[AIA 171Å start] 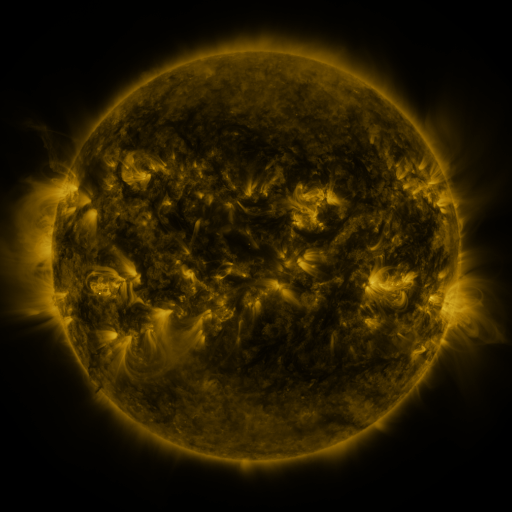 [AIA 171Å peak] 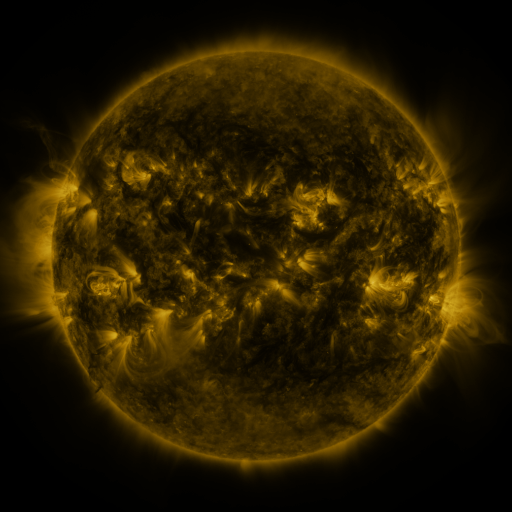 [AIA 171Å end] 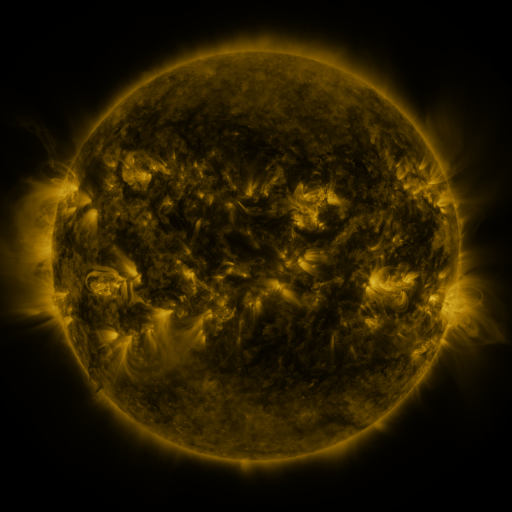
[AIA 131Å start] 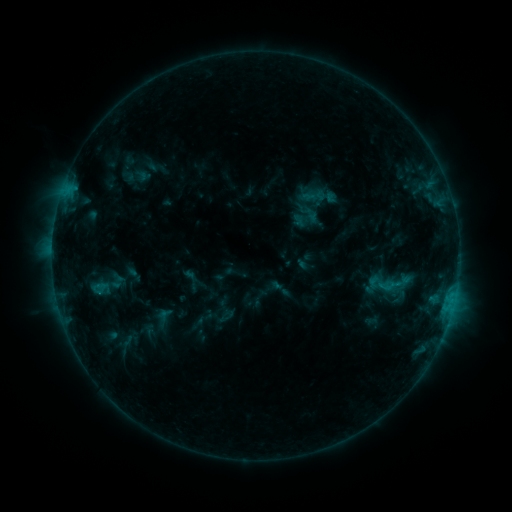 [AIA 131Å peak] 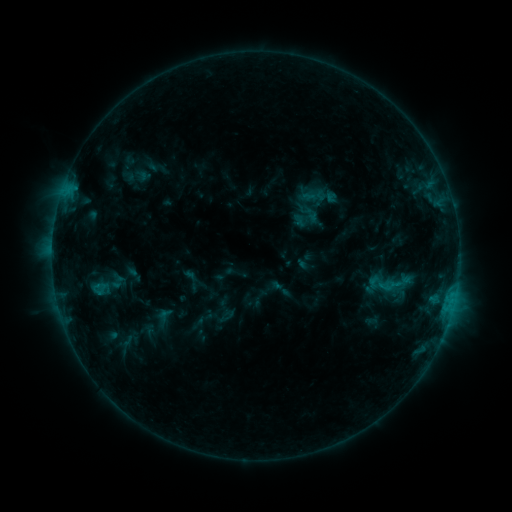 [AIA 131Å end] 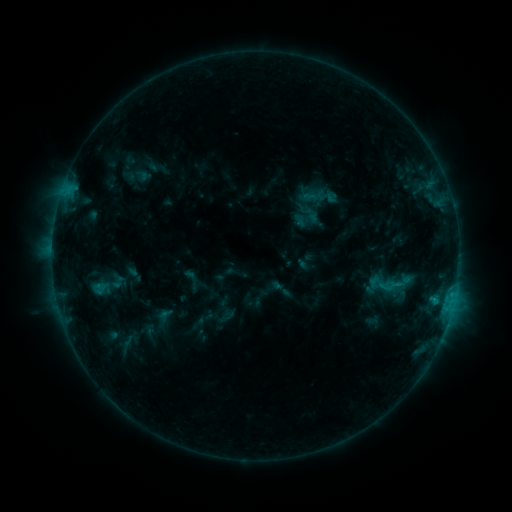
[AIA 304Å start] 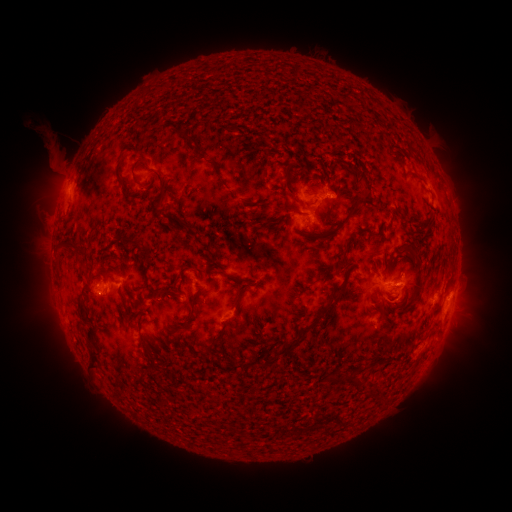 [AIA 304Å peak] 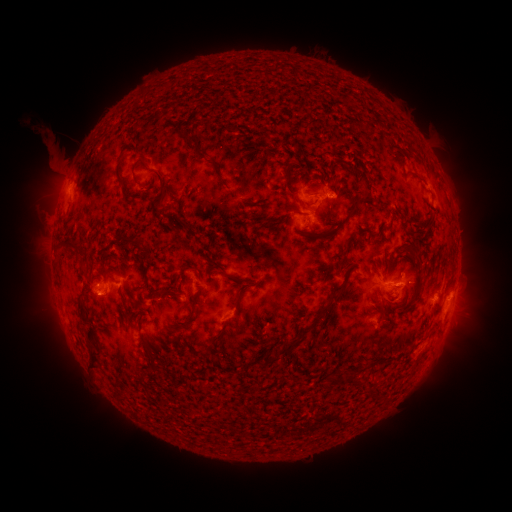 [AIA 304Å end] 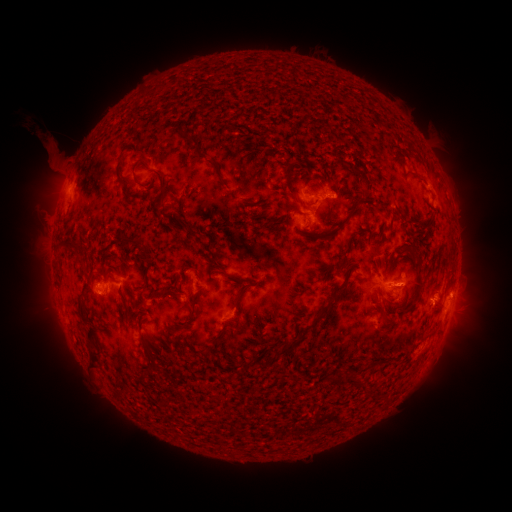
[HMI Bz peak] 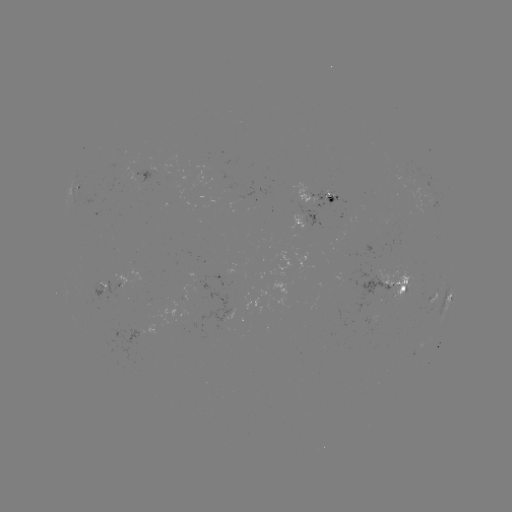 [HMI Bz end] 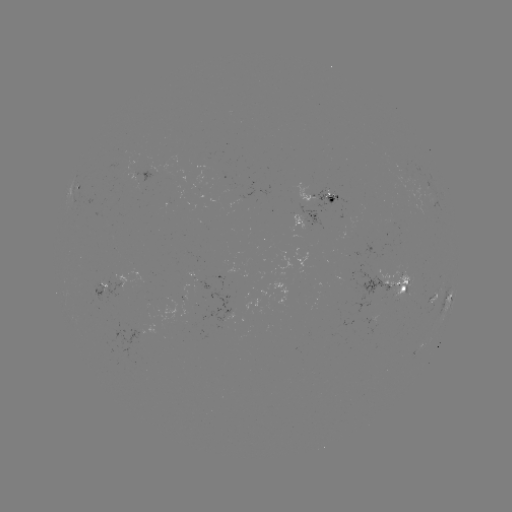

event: flare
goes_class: C1.0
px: (432, 298)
